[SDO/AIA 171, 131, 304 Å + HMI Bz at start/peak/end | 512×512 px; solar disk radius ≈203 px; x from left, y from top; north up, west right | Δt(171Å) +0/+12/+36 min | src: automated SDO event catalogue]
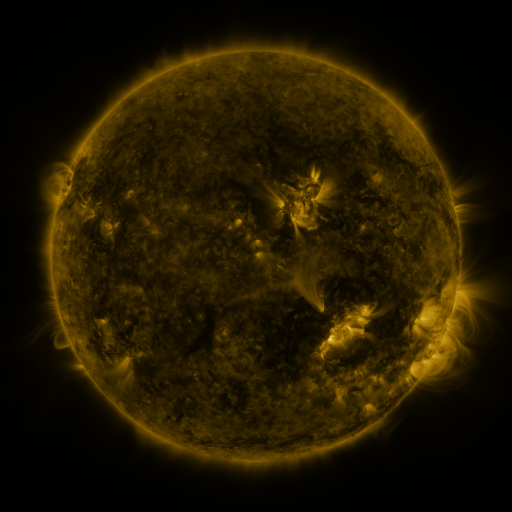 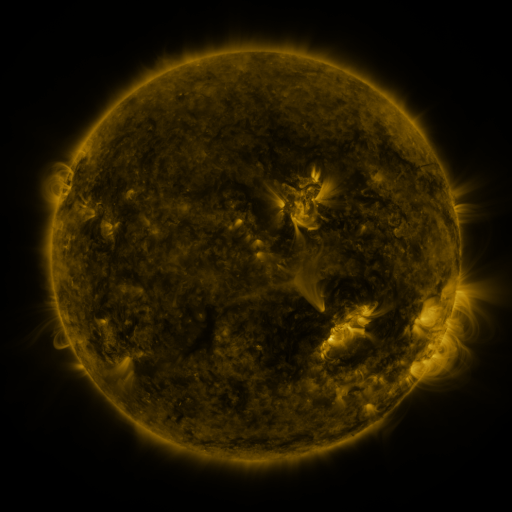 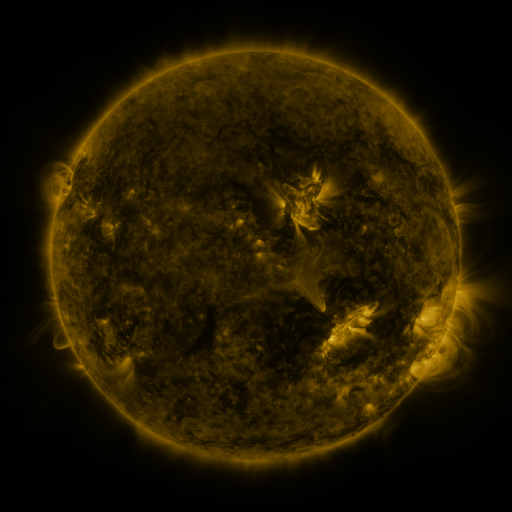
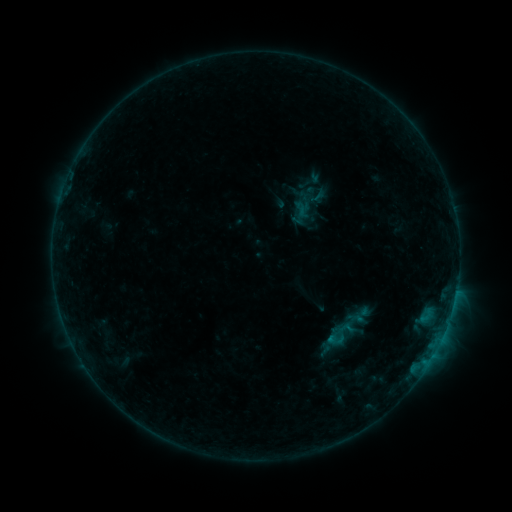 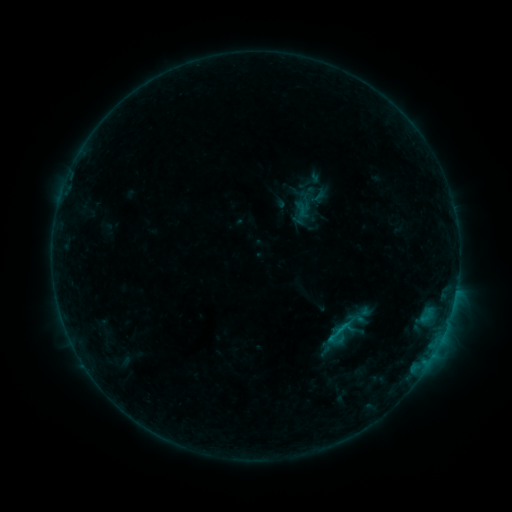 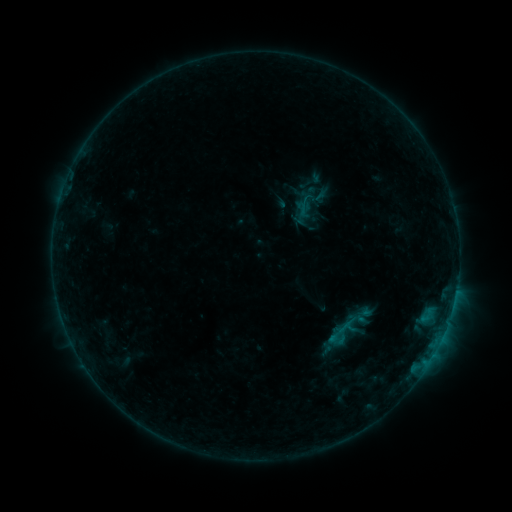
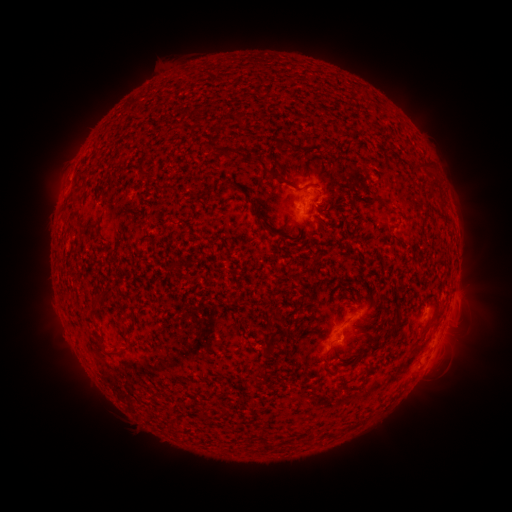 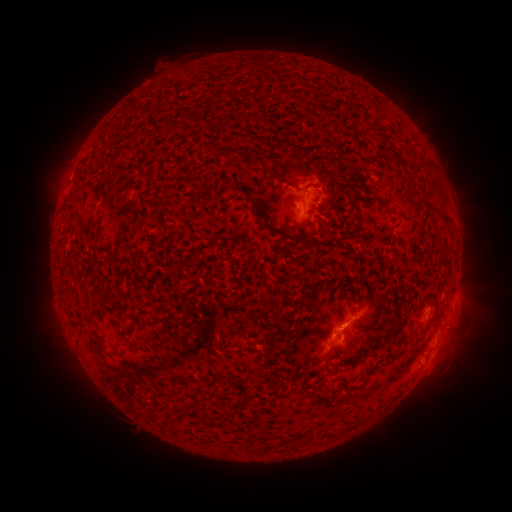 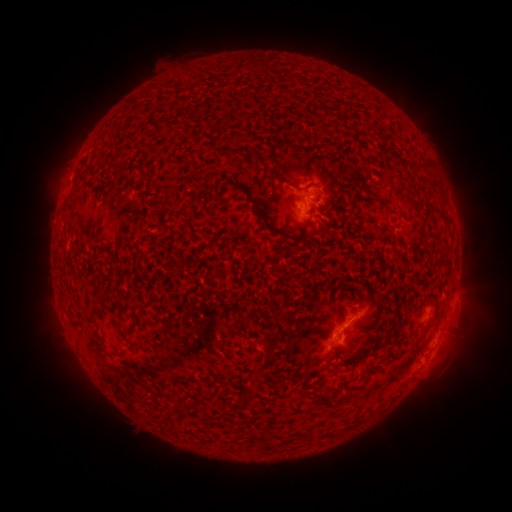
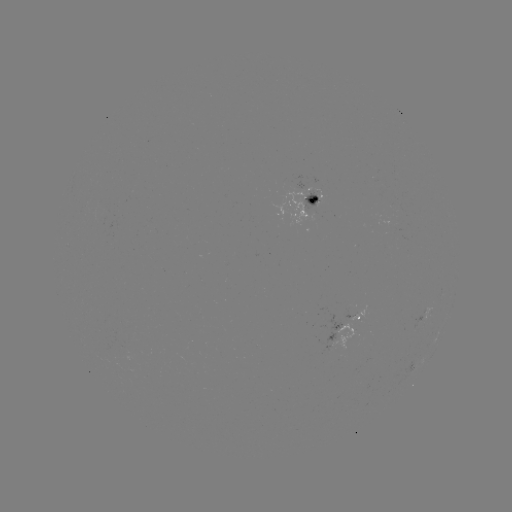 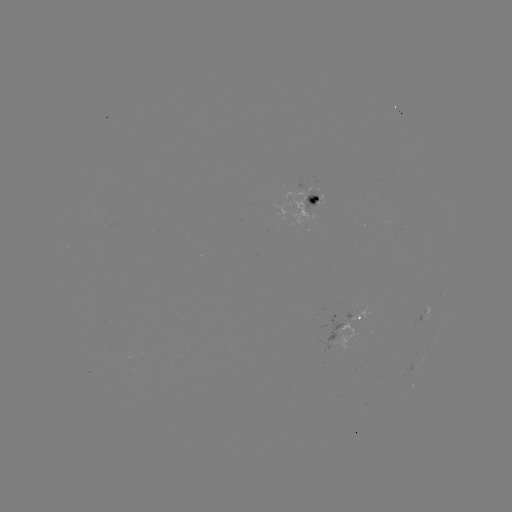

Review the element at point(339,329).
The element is B3.9 flare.